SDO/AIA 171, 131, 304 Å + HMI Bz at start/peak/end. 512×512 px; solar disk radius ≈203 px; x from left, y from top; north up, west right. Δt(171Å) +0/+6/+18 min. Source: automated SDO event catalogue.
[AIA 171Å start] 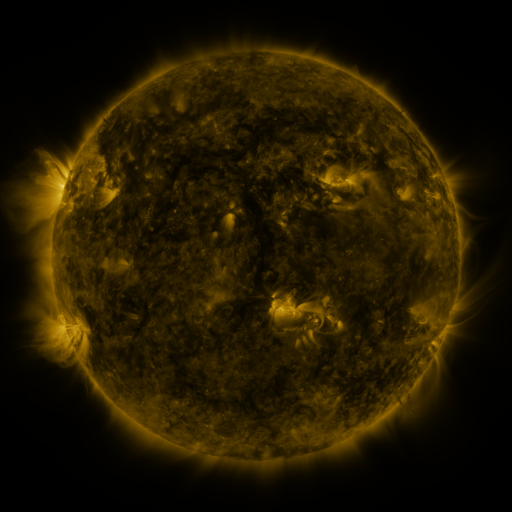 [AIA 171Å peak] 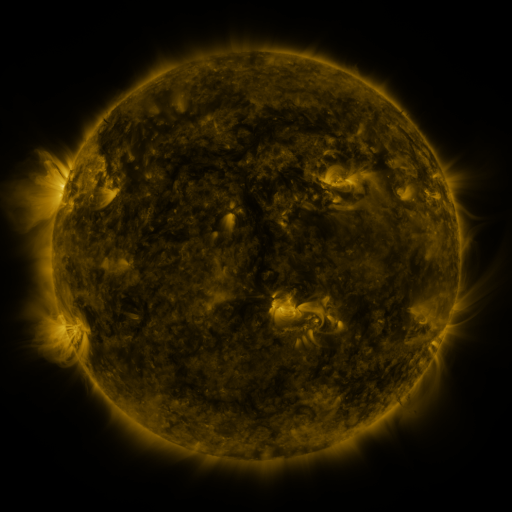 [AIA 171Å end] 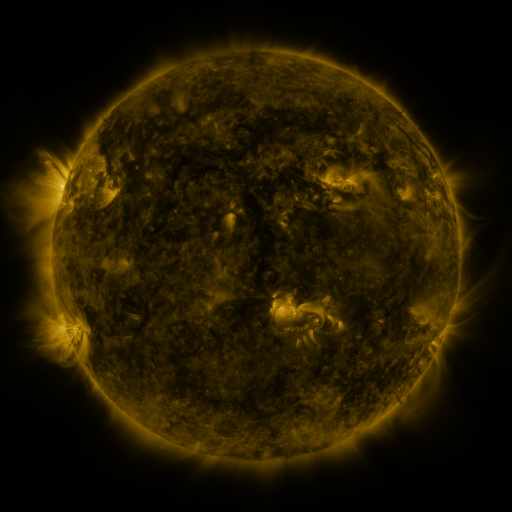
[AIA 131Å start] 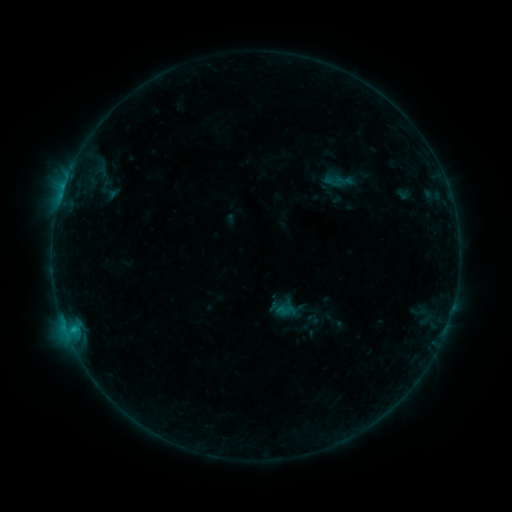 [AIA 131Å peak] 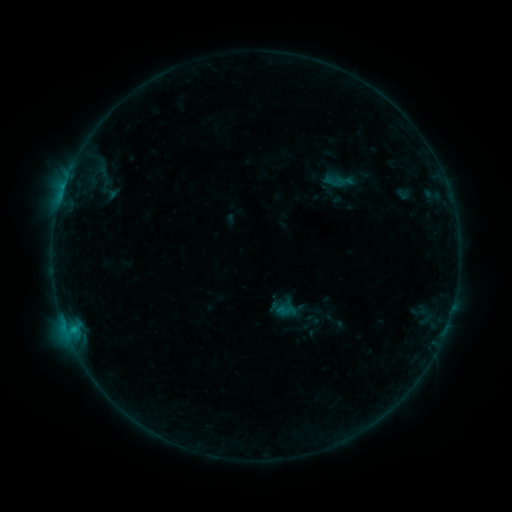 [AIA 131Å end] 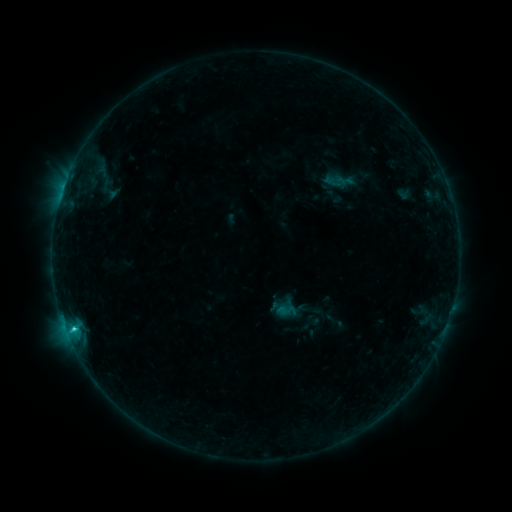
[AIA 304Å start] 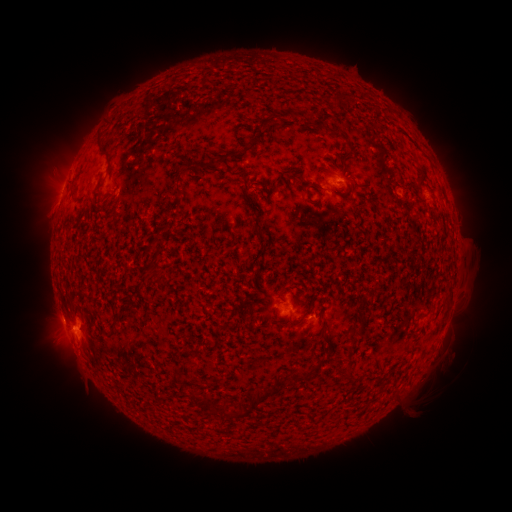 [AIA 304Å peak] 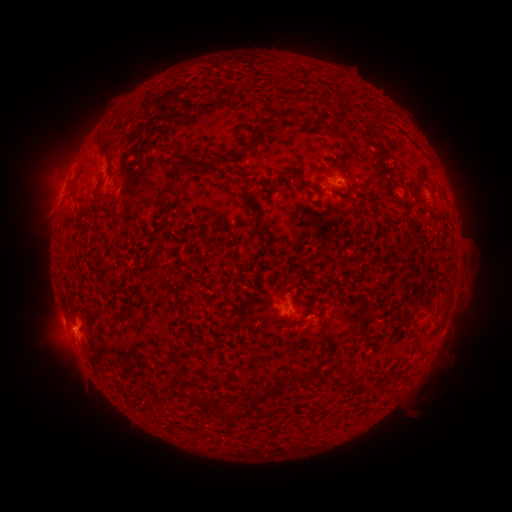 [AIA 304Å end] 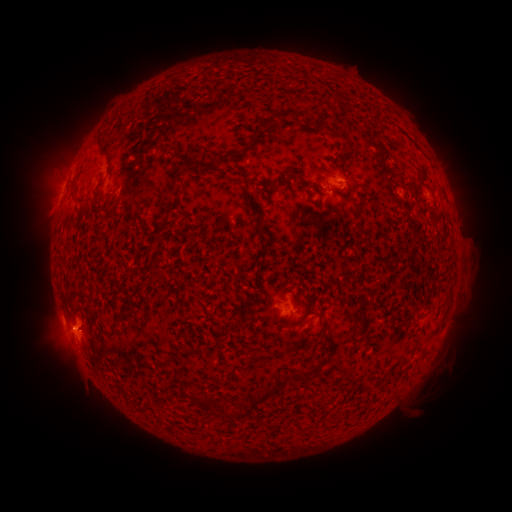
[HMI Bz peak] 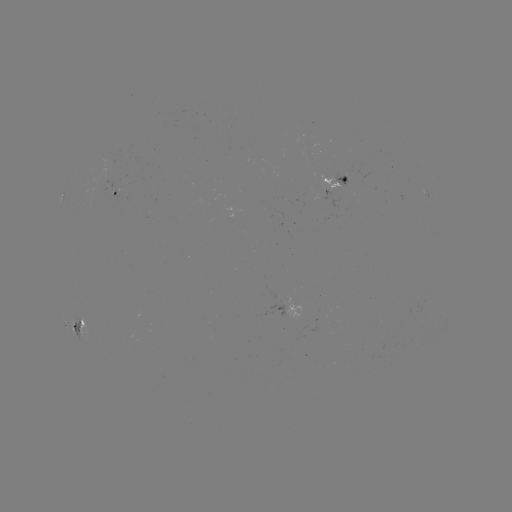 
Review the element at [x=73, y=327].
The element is C1.2 flare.